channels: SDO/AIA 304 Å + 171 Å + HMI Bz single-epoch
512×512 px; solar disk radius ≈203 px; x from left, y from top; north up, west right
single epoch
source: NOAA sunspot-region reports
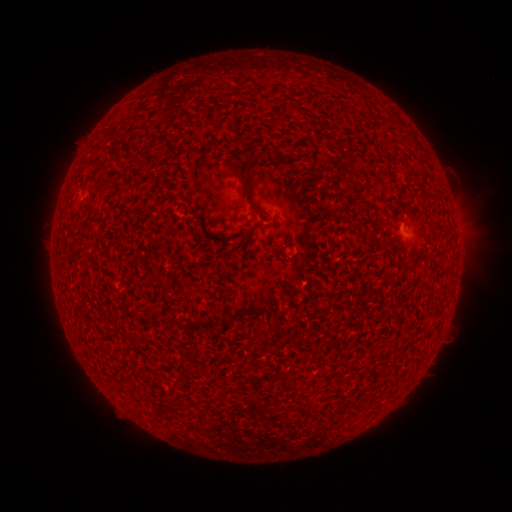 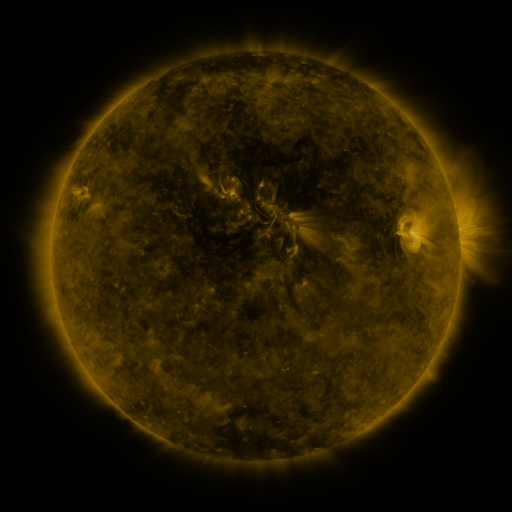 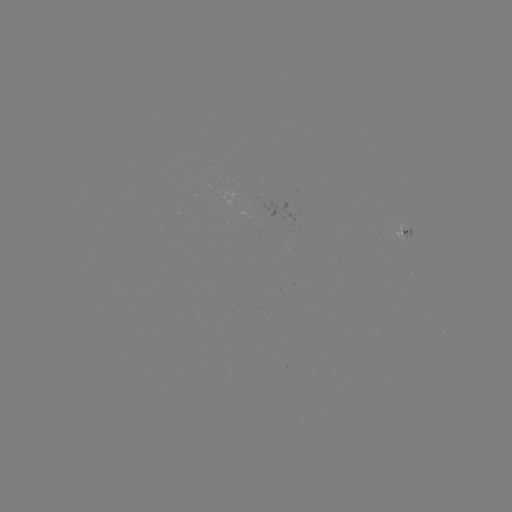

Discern spotted active region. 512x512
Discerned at (405, 233).